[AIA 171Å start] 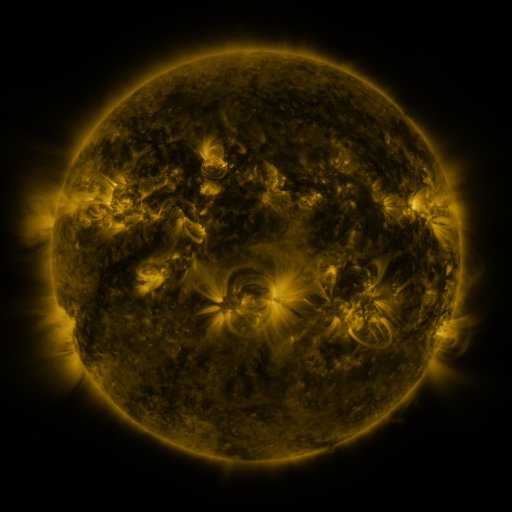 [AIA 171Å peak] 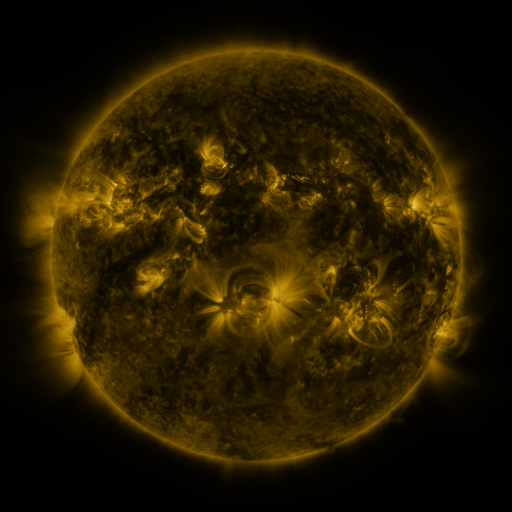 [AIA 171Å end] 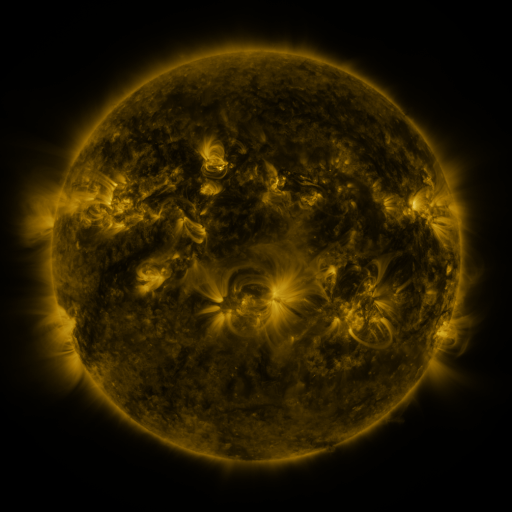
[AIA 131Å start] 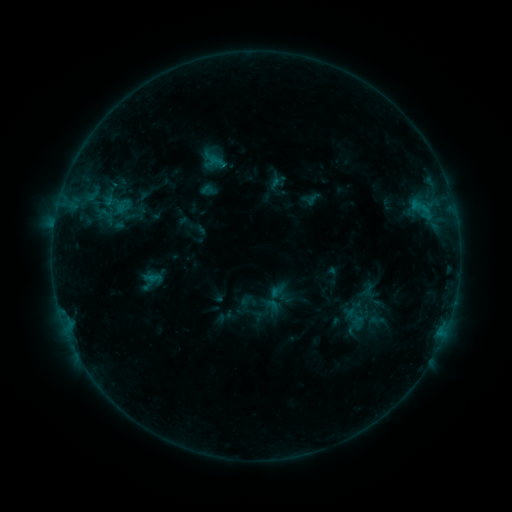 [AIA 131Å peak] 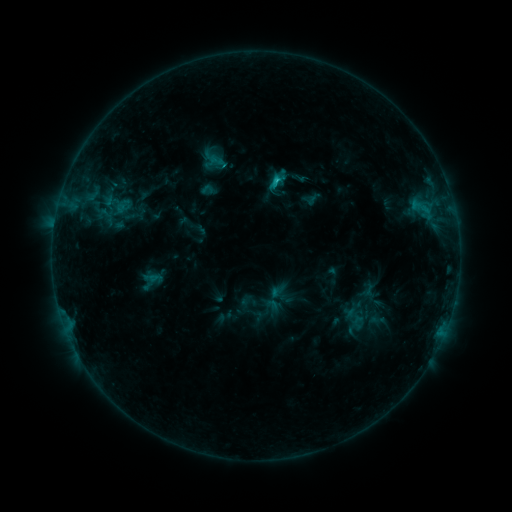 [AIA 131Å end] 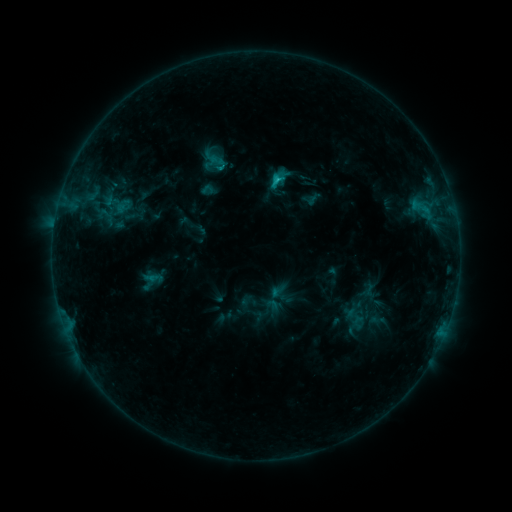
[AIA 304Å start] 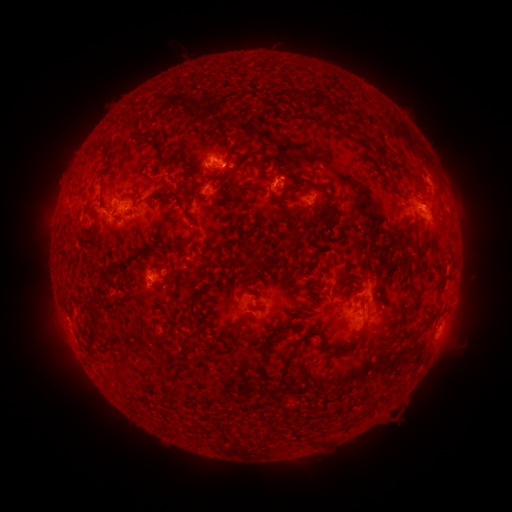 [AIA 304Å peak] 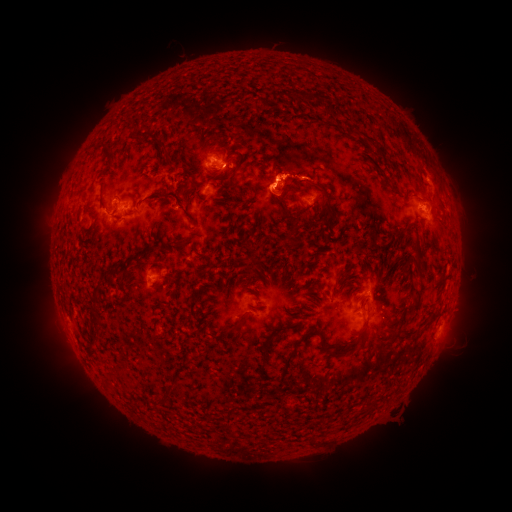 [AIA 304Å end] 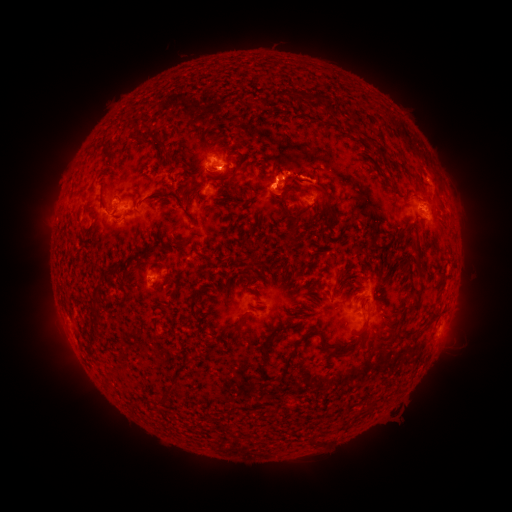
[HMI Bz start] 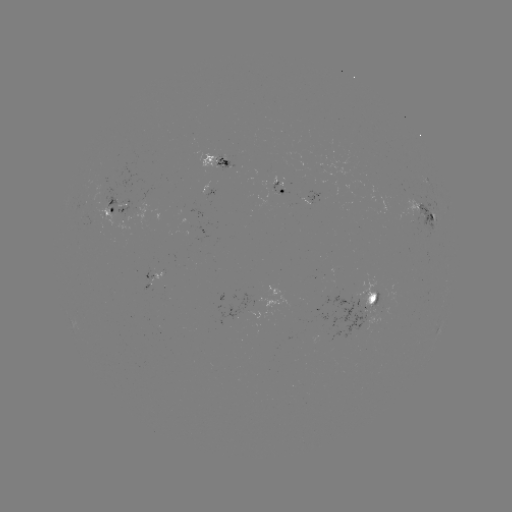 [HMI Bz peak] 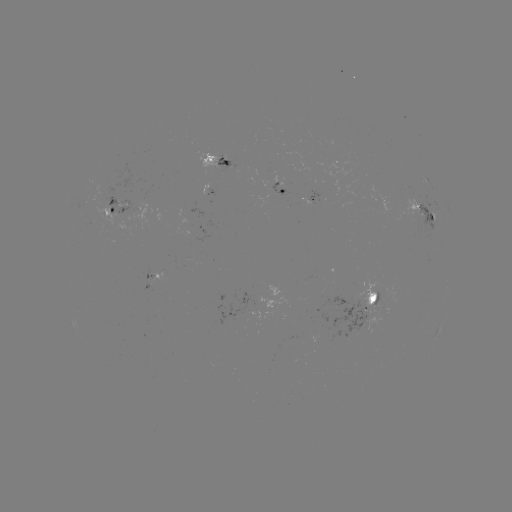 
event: flare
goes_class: C1.6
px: (273, 182)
